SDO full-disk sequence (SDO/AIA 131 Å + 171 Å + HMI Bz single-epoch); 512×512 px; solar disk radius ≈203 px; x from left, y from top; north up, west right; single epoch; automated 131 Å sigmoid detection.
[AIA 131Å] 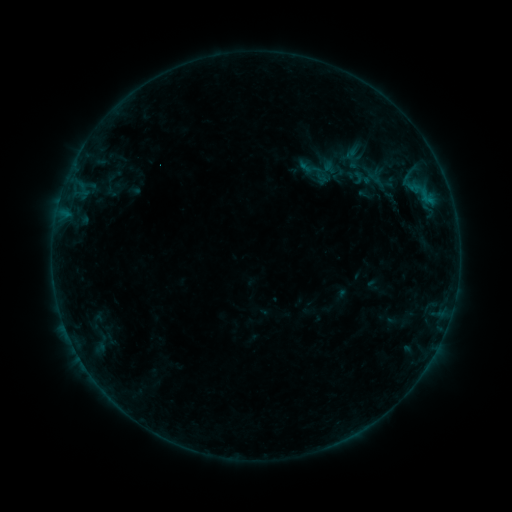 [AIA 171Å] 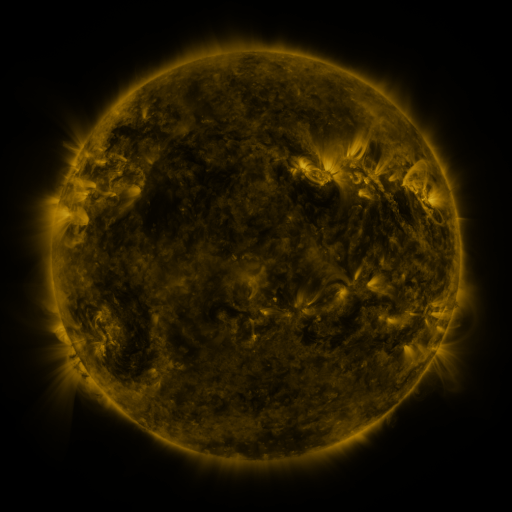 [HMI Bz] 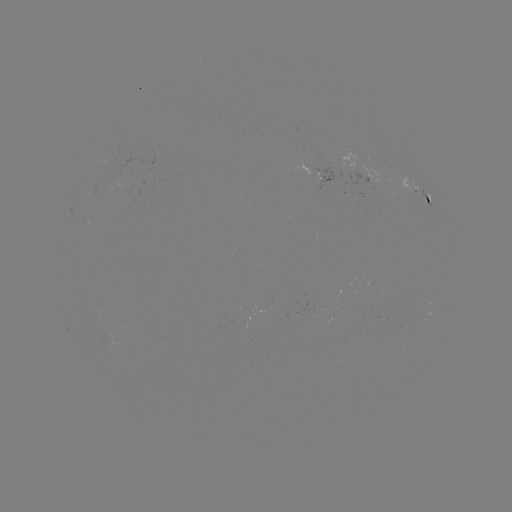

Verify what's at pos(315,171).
sigmoid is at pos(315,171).